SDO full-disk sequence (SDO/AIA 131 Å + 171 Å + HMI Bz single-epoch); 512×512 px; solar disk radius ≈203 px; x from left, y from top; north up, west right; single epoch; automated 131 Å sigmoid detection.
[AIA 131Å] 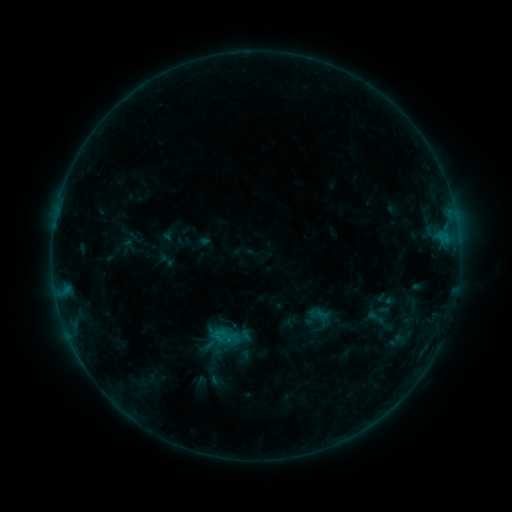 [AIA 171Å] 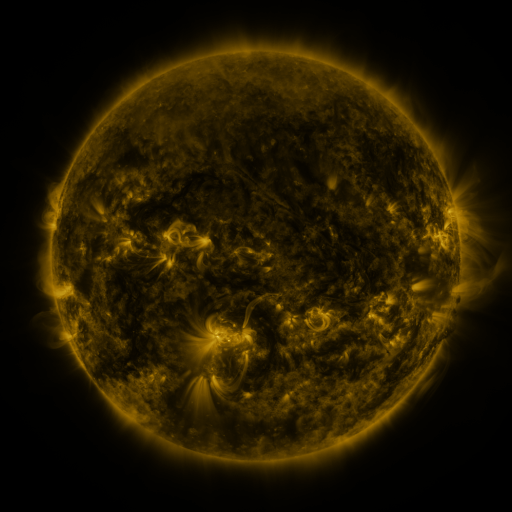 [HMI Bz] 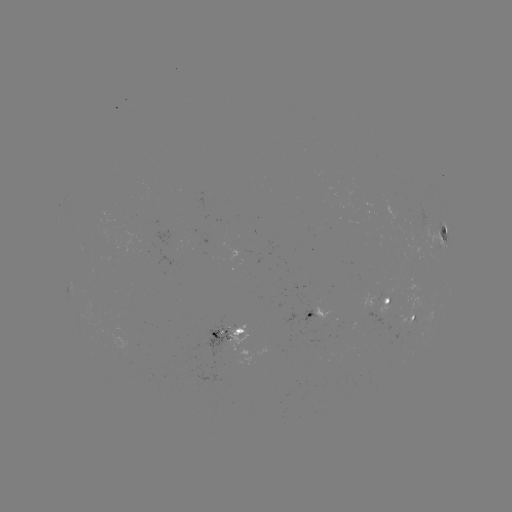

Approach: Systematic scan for sigmoid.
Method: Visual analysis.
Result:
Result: sigmoid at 224,337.